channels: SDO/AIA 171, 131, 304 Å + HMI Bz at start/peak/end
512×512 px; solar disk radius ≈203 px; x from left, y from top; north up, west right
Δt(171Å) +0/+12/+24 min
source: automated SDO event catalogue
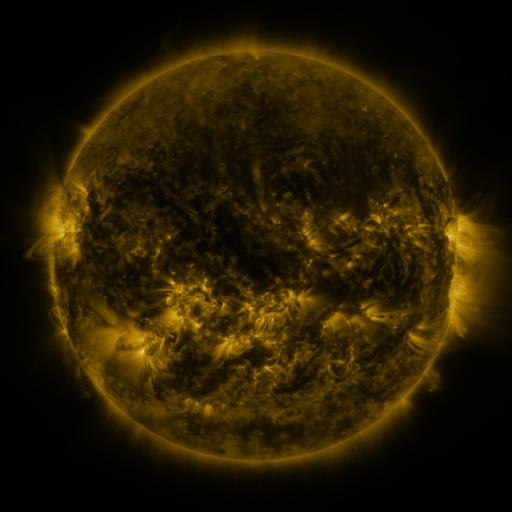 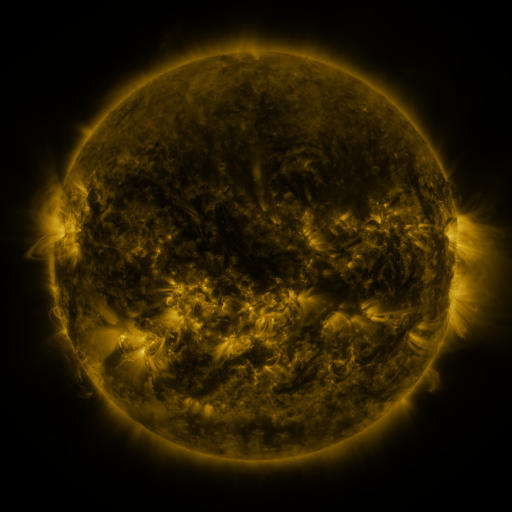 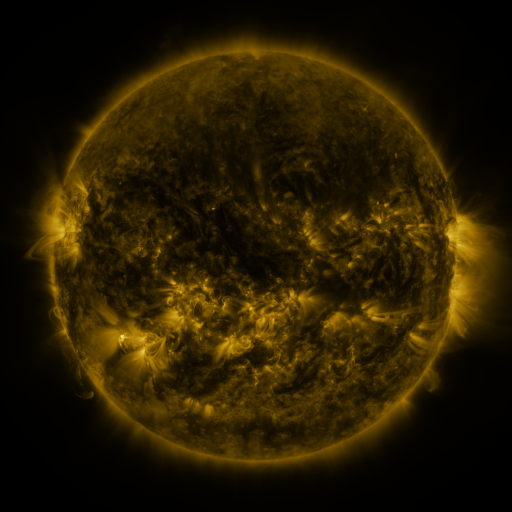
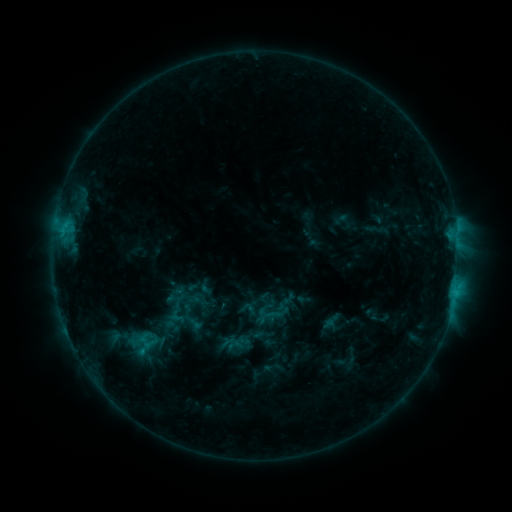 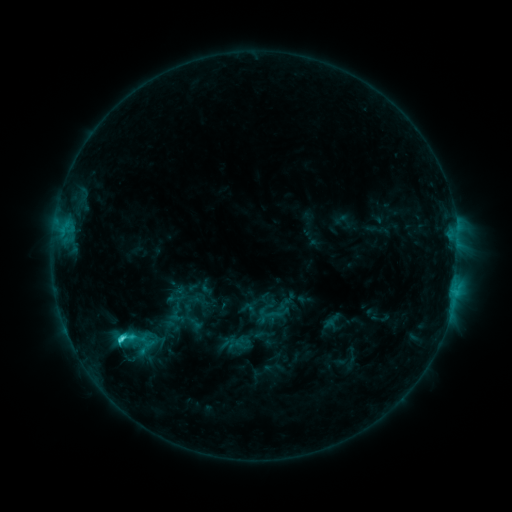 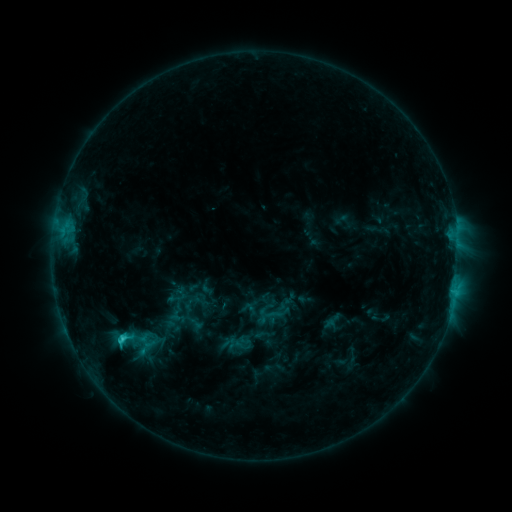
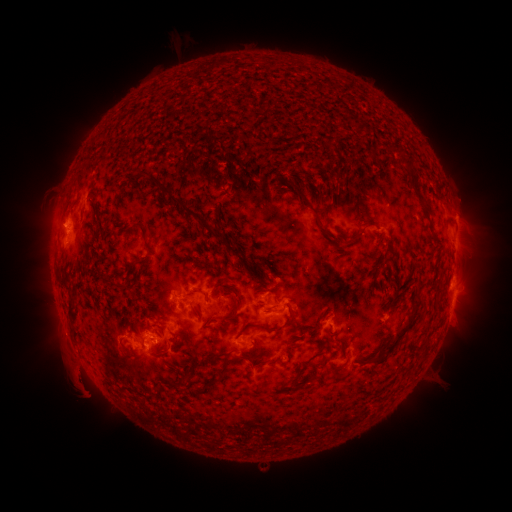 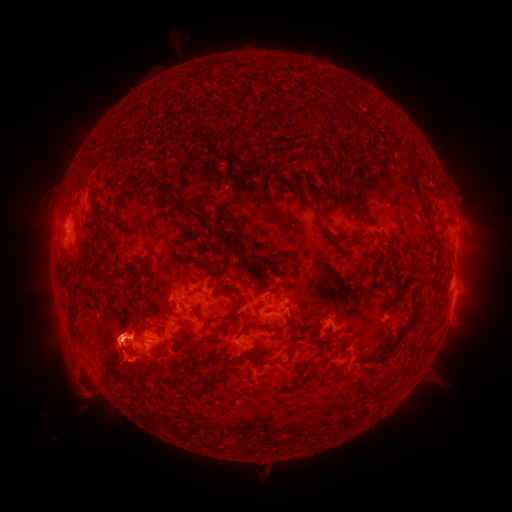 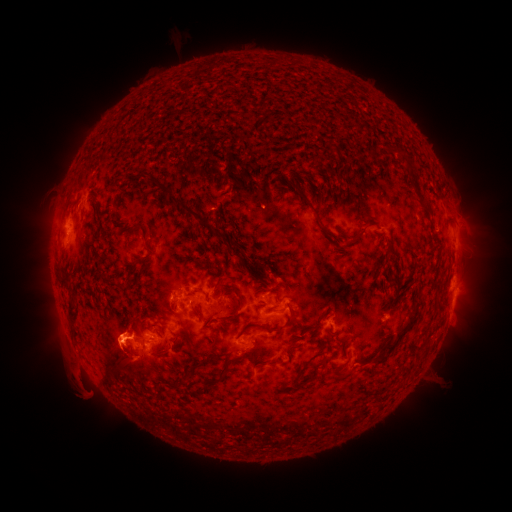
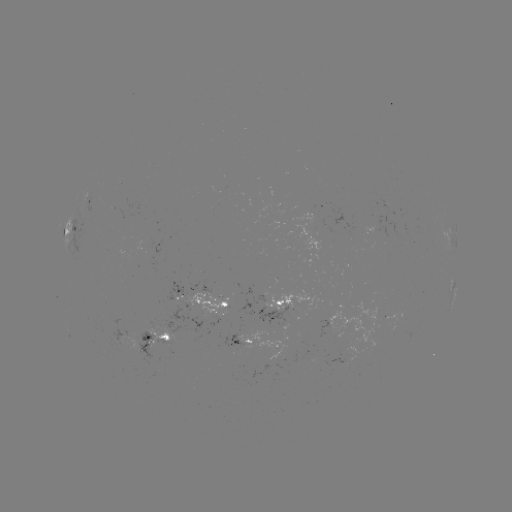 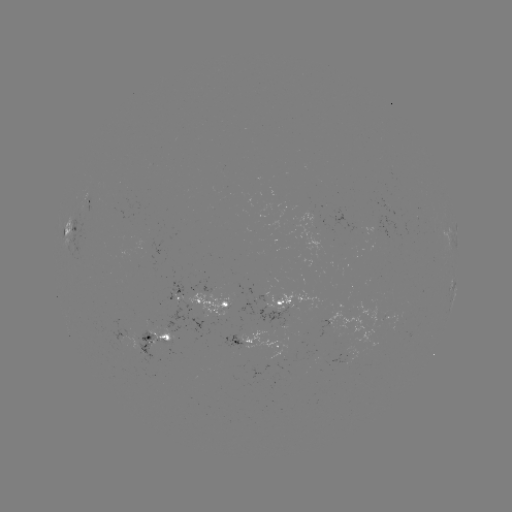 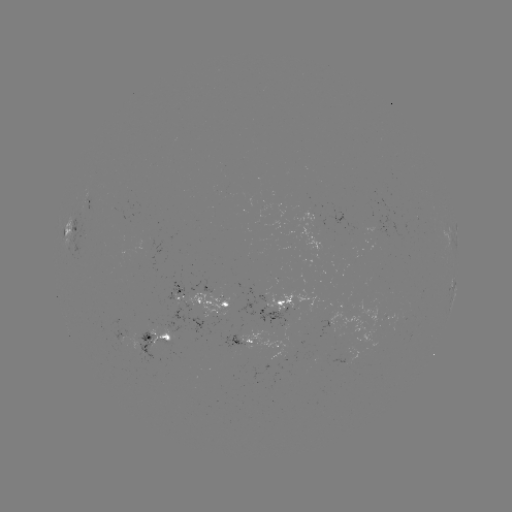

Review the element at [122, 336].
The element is C2.5 flare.